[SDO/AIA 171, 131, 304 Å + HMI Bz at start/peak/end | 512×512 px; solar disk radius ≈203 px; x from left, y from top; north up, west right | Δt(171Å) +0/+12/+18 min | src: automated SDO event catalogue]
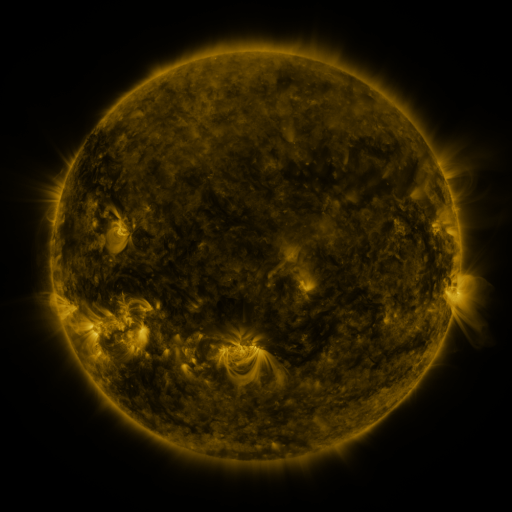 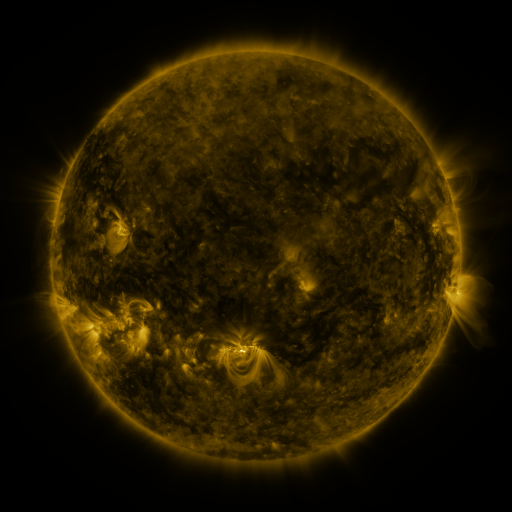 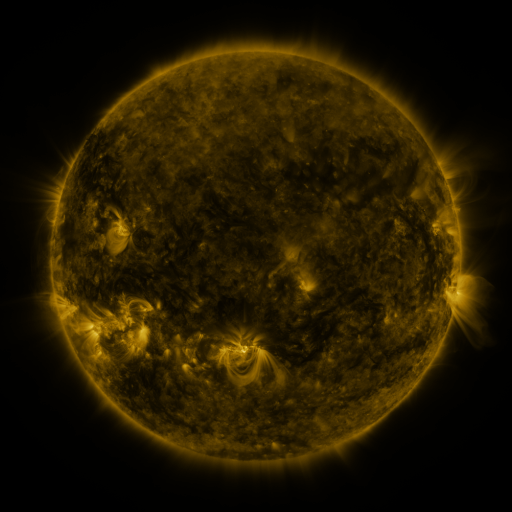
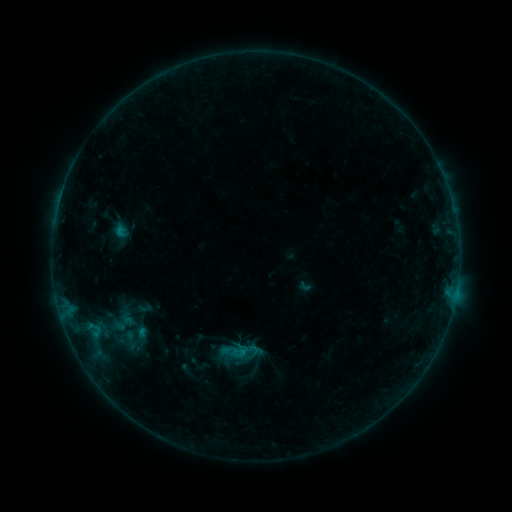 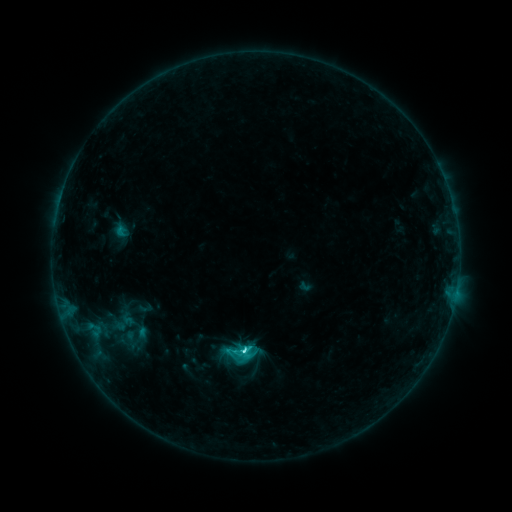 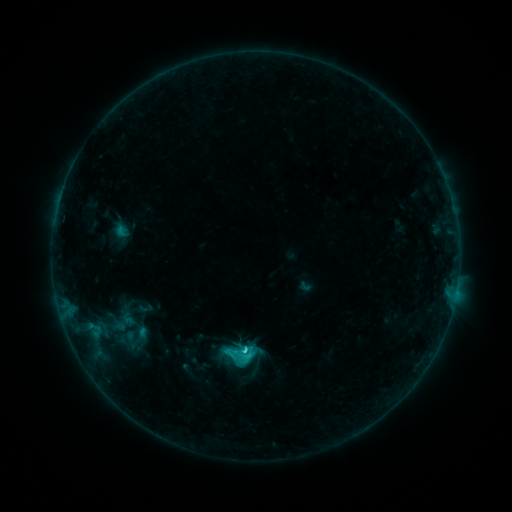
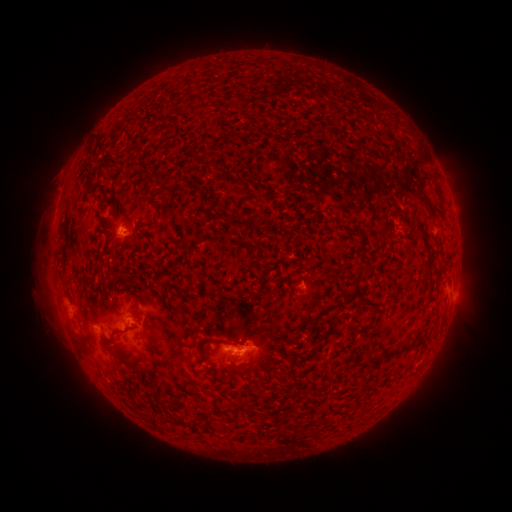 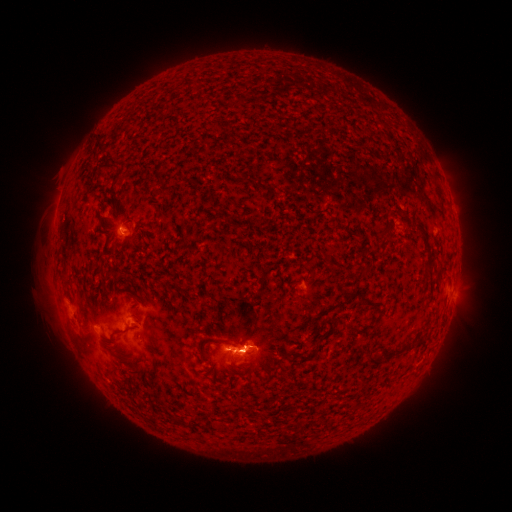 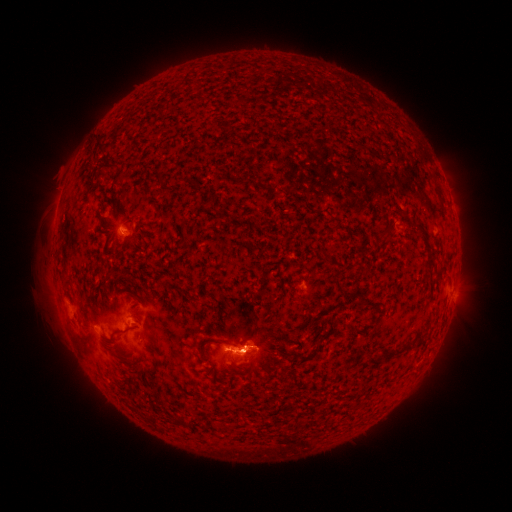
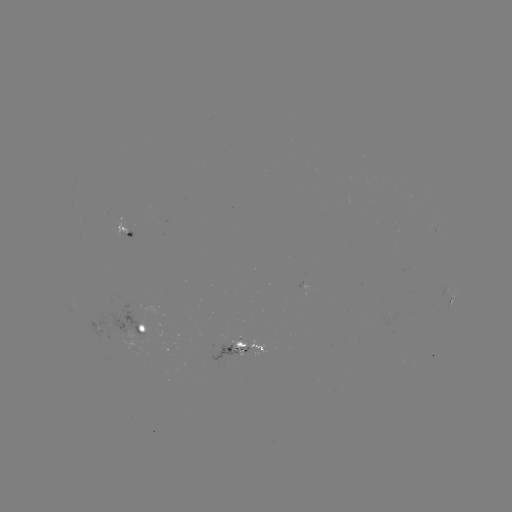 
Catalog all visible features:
C3.0 flare: (245, 349)
